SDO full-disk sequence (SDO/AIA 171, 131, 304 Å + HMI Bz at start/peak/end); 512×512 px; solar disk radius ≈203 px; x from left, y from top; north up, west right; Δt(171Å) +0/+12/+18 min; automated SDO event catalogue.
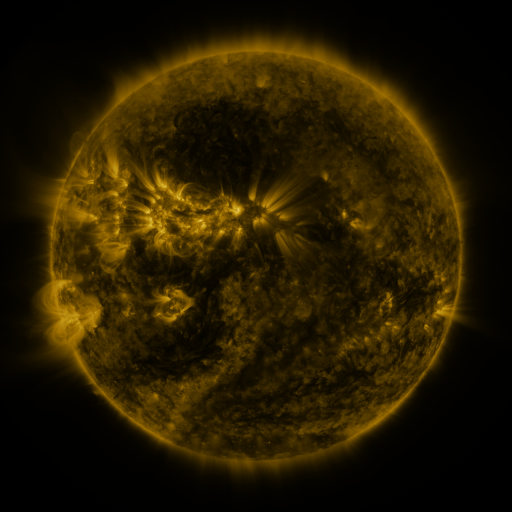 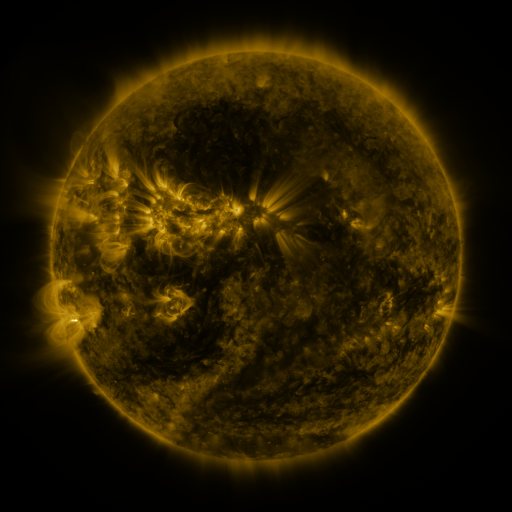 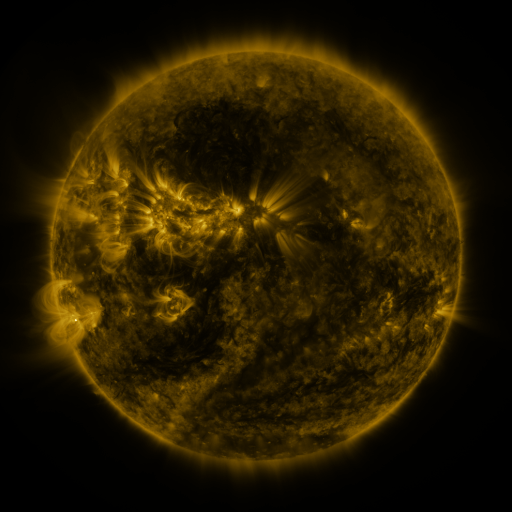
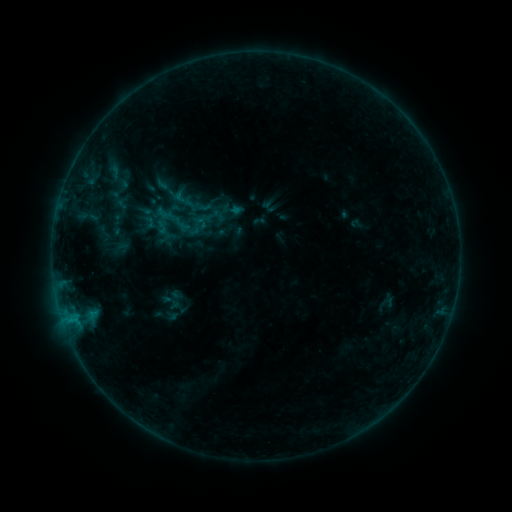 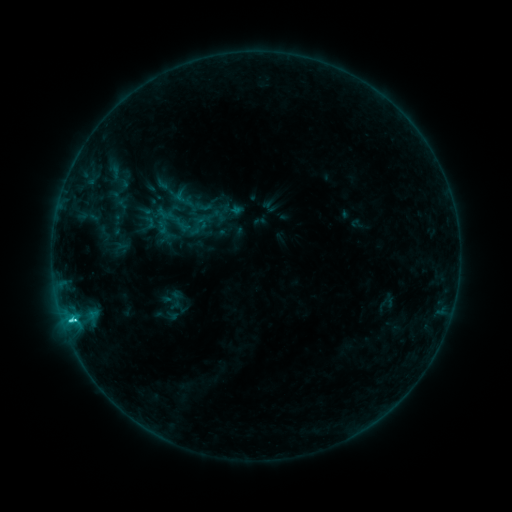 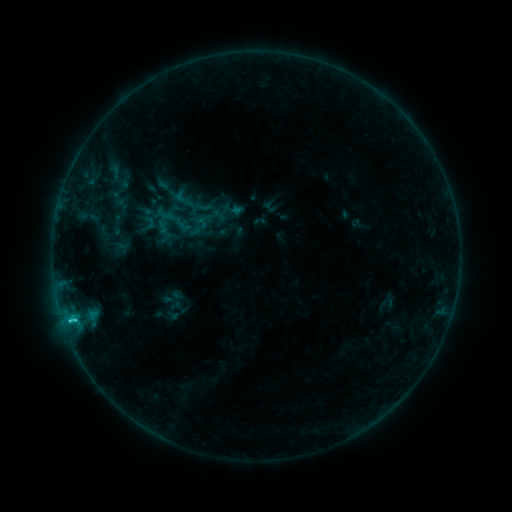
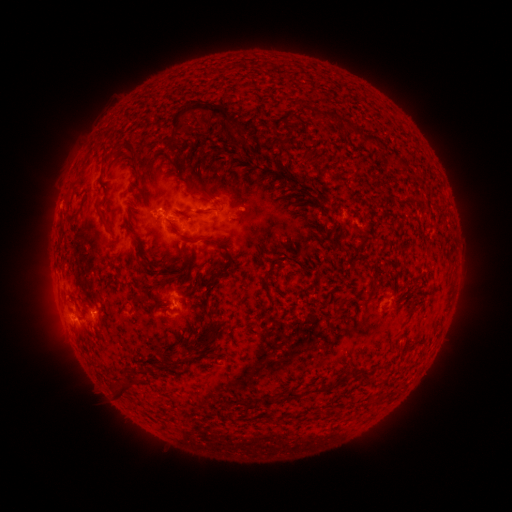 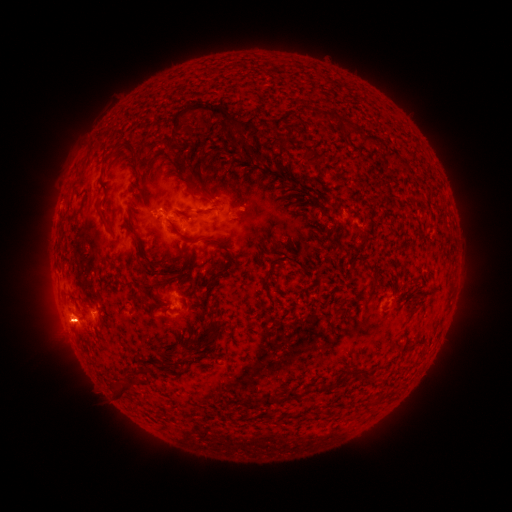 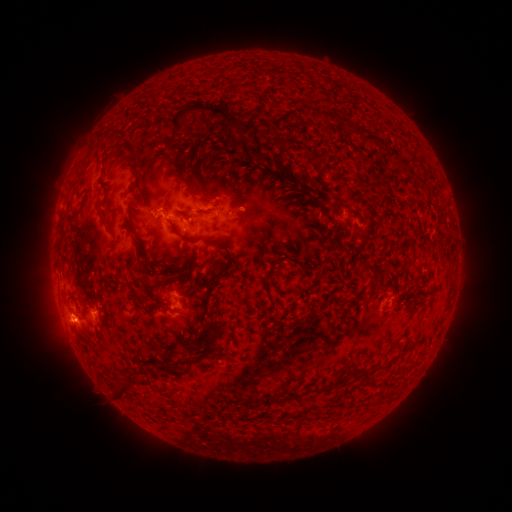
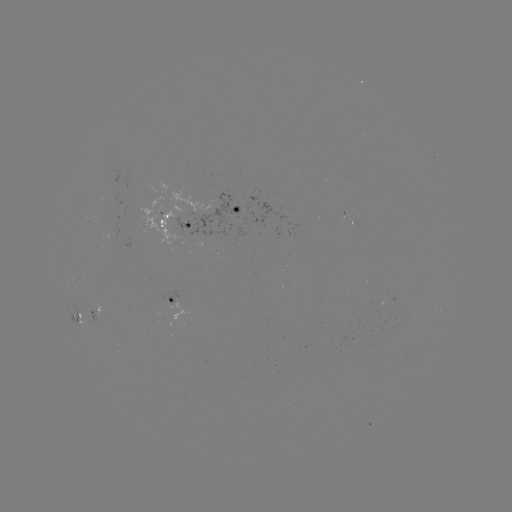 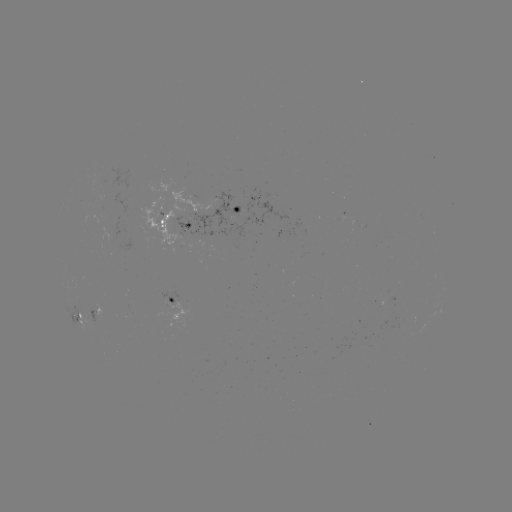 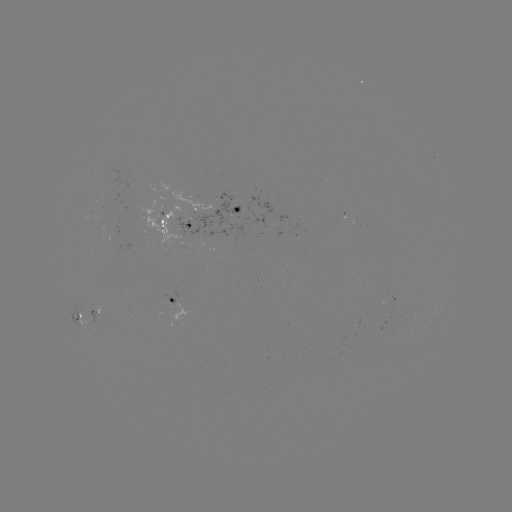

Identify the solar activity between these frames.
C1.7 flare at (72, 318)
